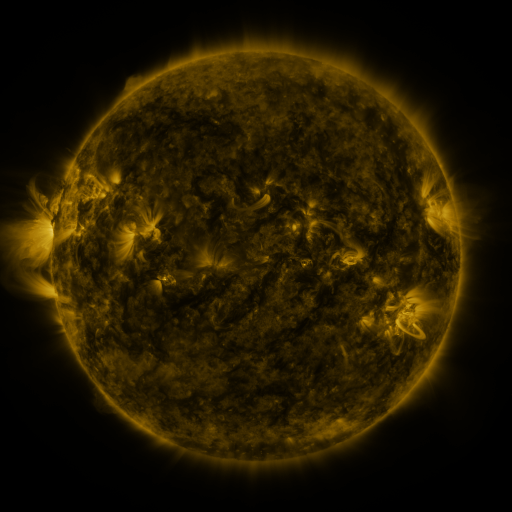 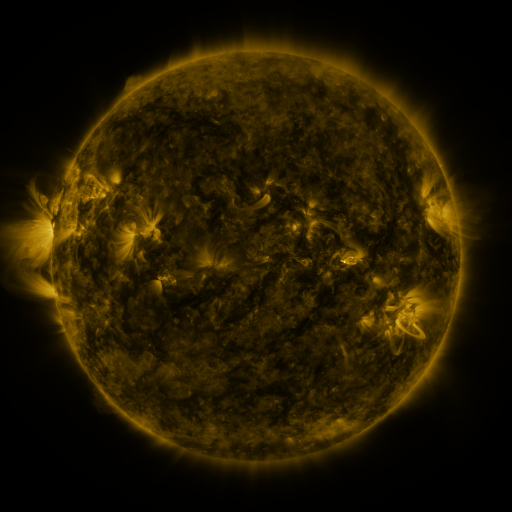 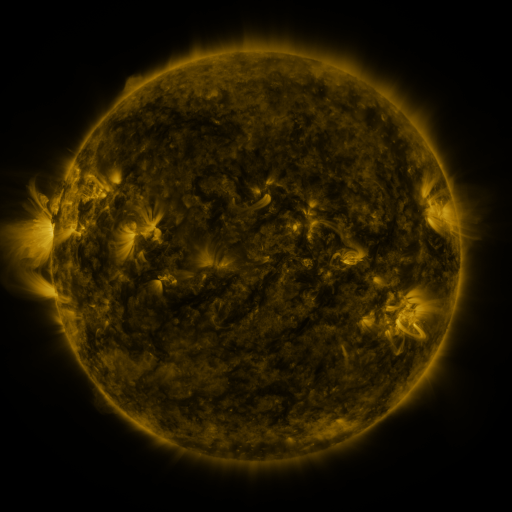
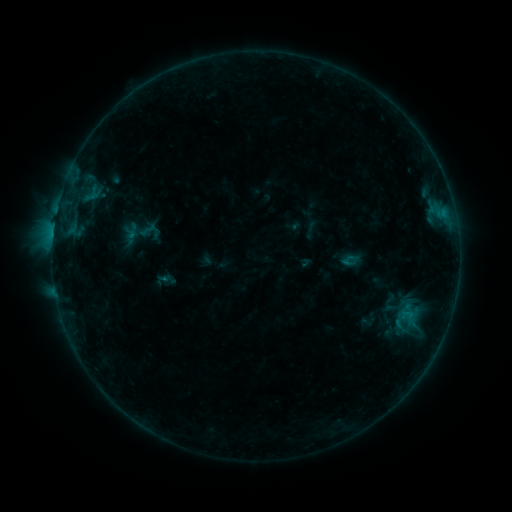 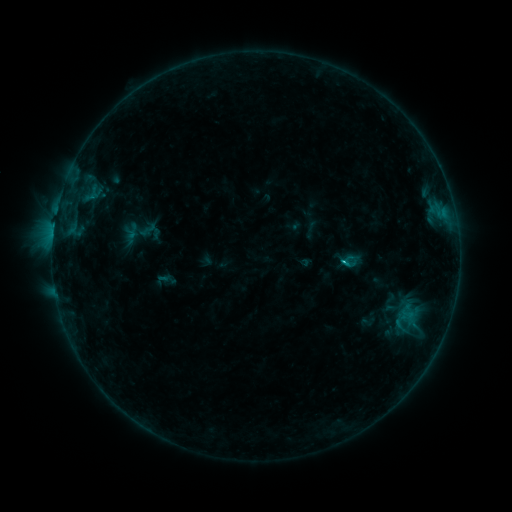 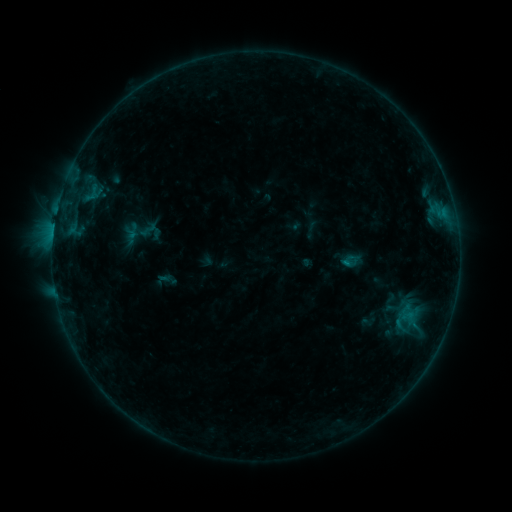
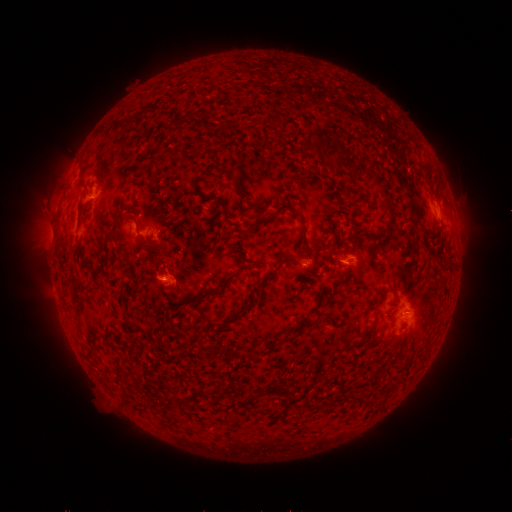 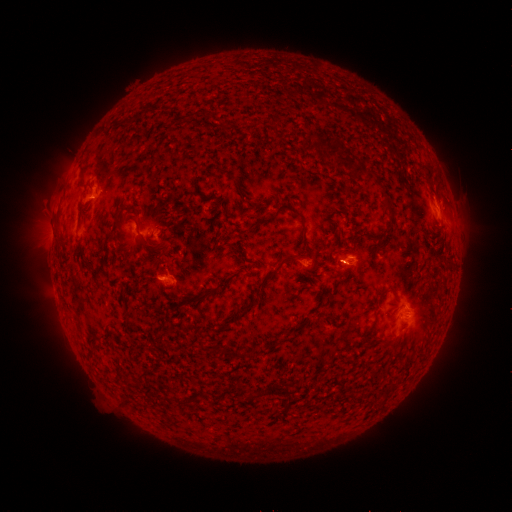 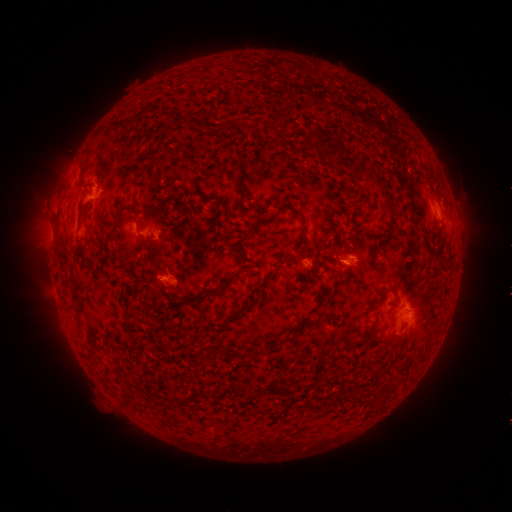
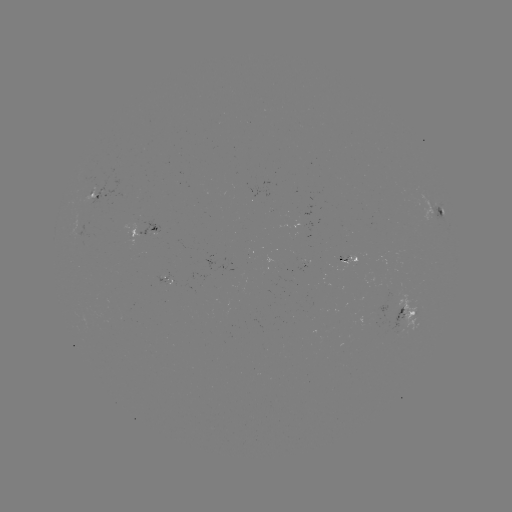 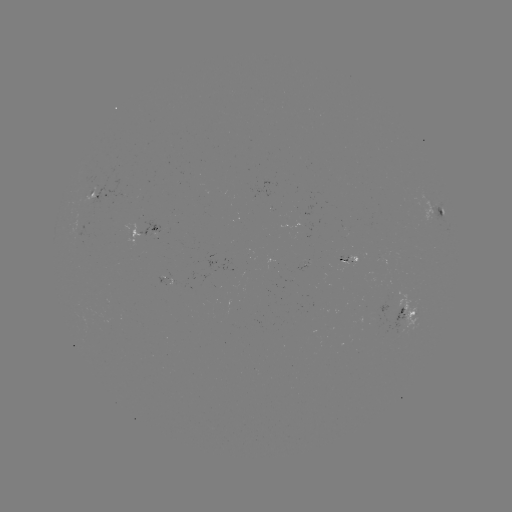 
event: flare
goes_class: B7.5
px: (344, 261)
